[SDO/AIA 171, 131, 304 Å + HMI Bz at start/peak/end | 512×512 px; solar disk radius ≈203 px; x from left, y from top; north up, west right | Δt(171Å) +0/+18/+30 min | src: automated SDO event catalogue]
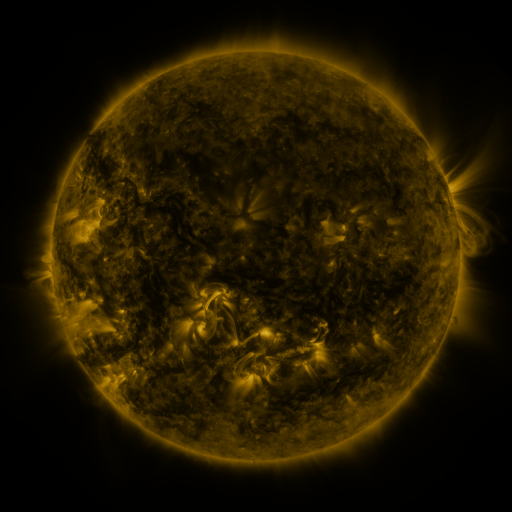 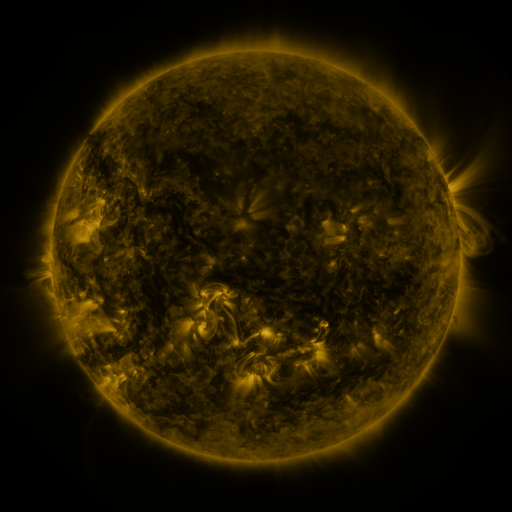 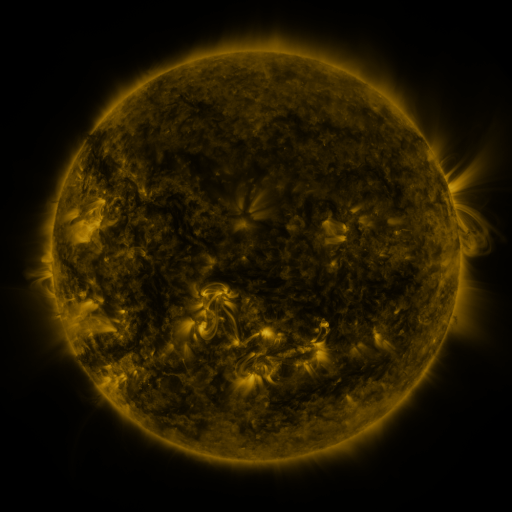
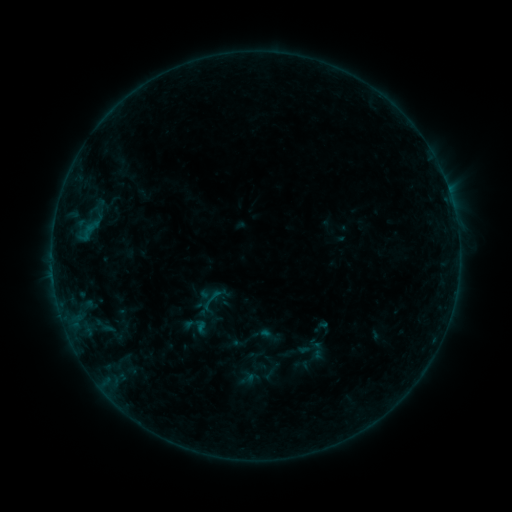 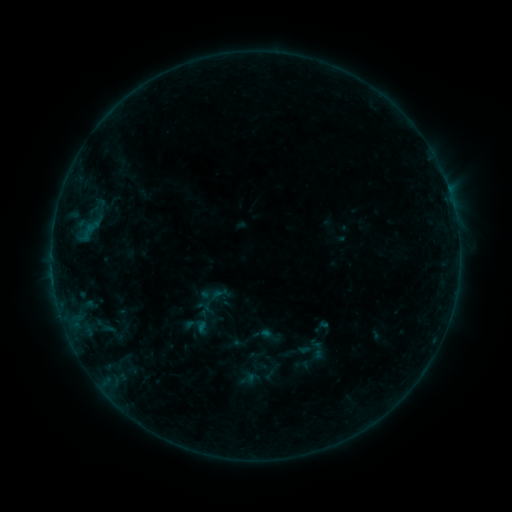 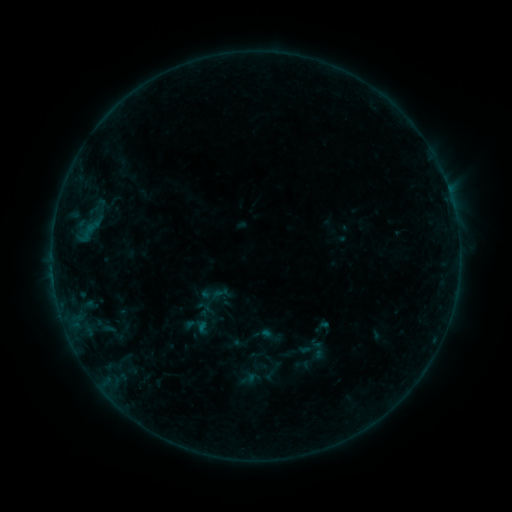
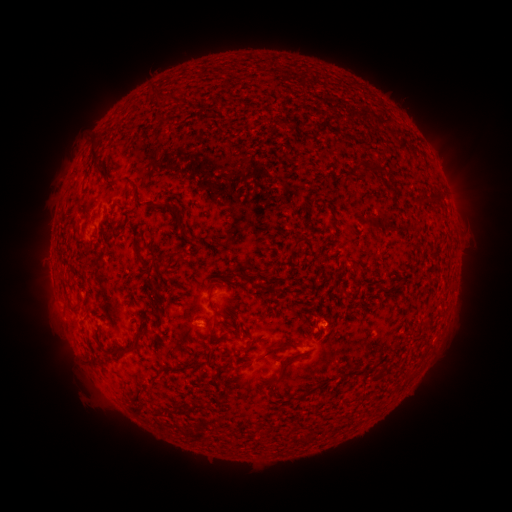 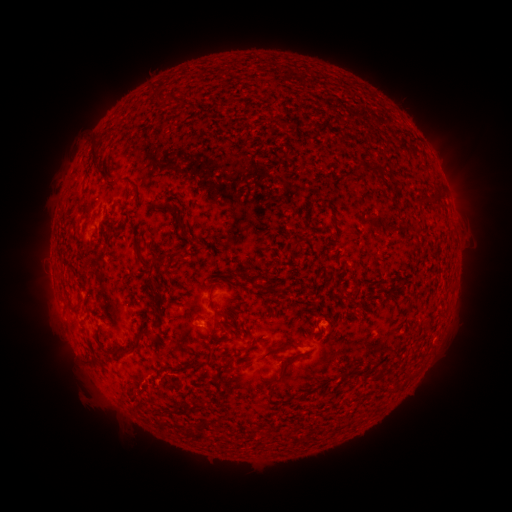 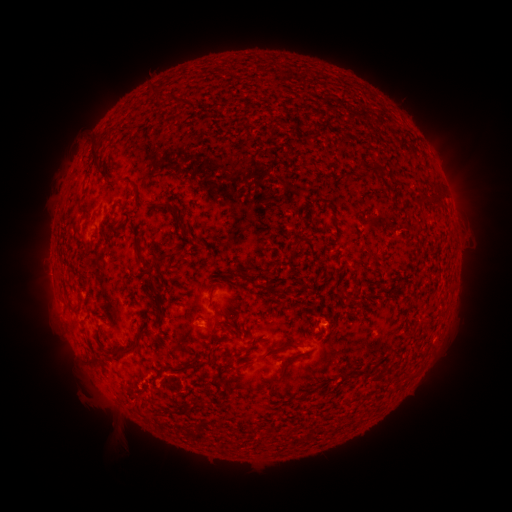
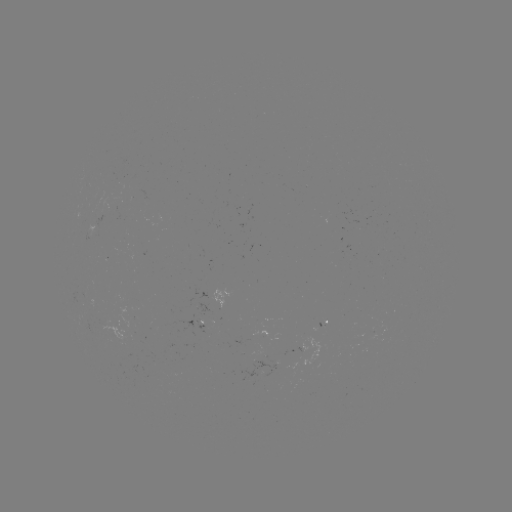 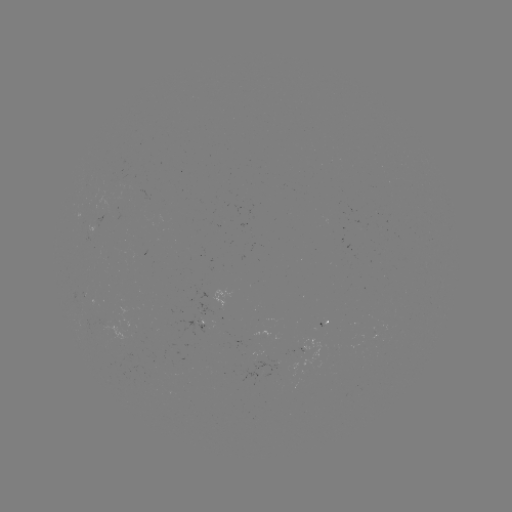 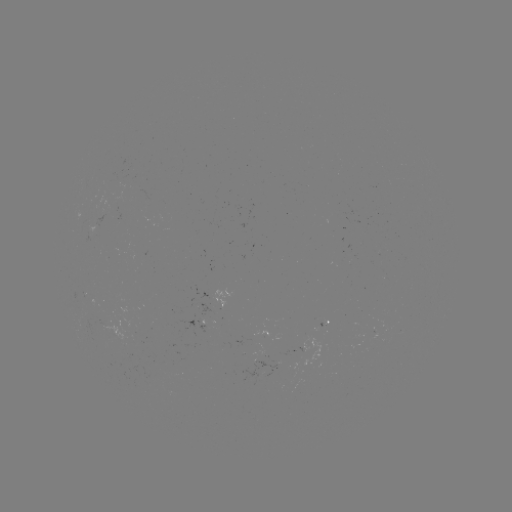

nothing was catalogued: no classed flare, no EUV trigger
